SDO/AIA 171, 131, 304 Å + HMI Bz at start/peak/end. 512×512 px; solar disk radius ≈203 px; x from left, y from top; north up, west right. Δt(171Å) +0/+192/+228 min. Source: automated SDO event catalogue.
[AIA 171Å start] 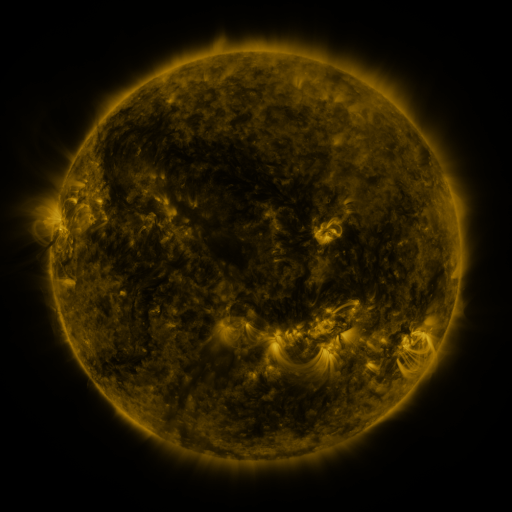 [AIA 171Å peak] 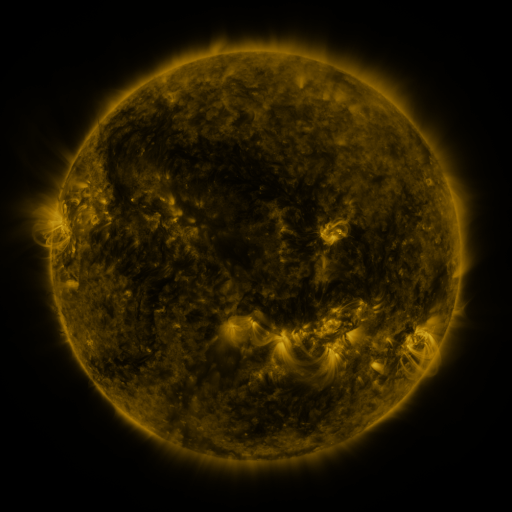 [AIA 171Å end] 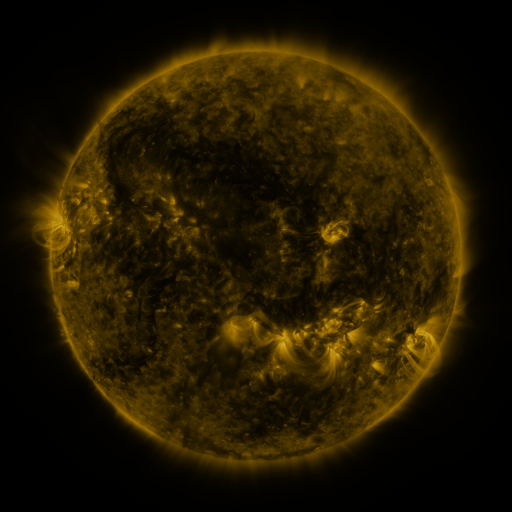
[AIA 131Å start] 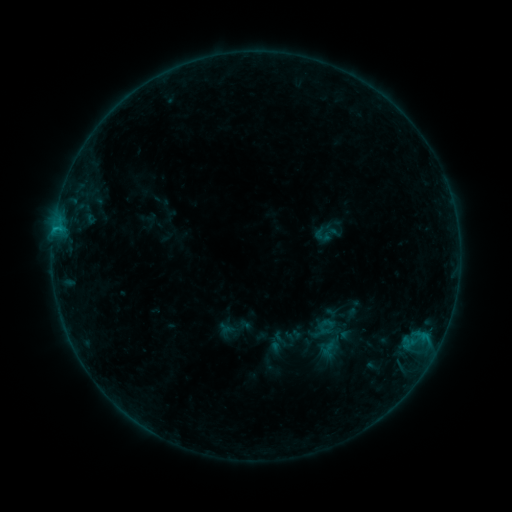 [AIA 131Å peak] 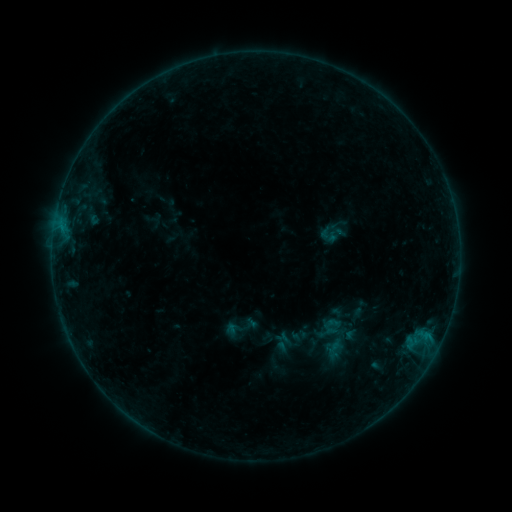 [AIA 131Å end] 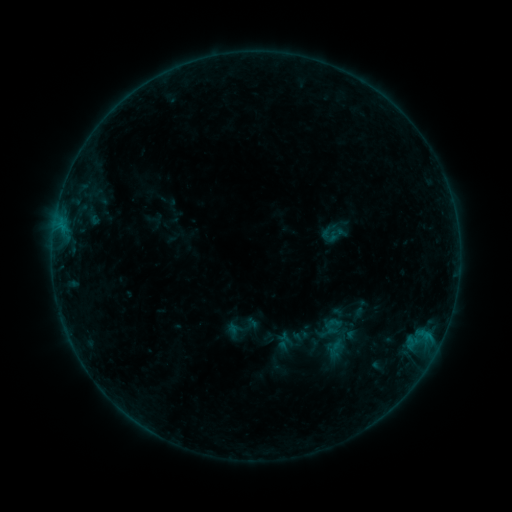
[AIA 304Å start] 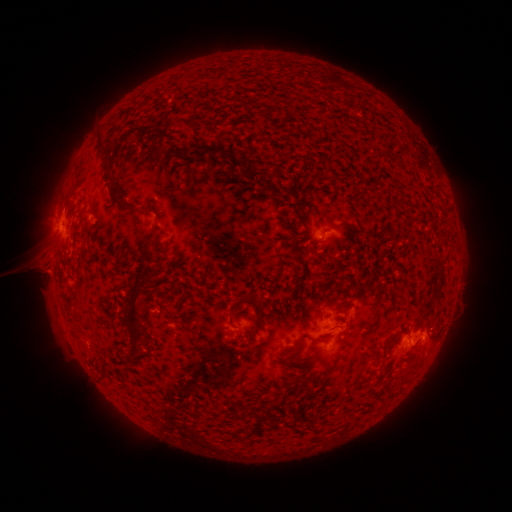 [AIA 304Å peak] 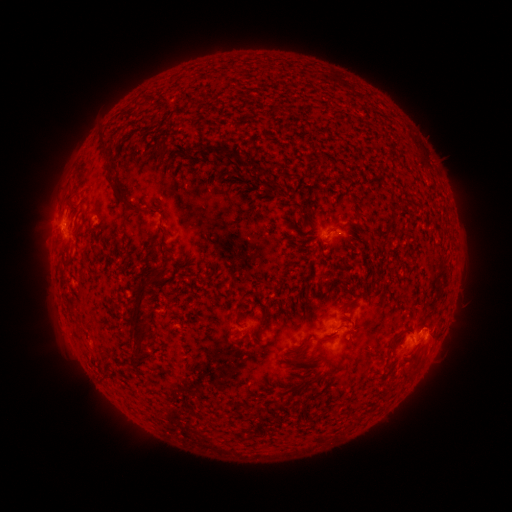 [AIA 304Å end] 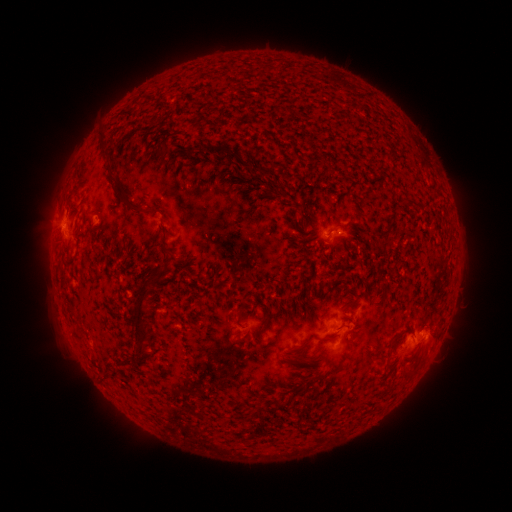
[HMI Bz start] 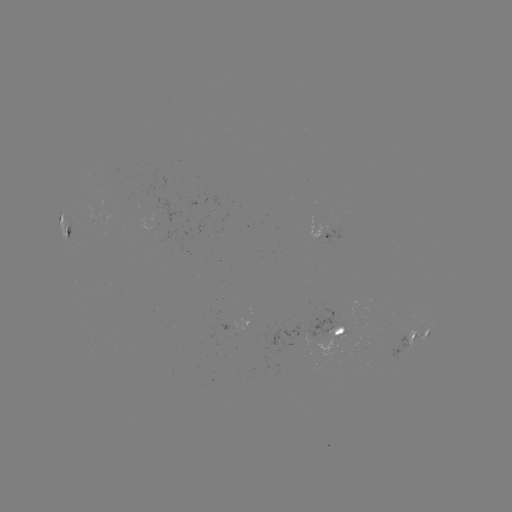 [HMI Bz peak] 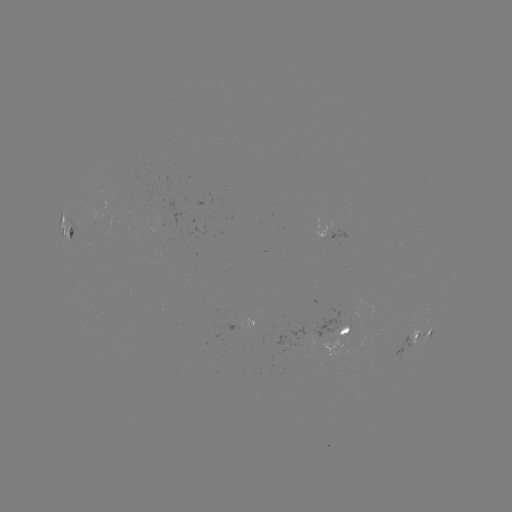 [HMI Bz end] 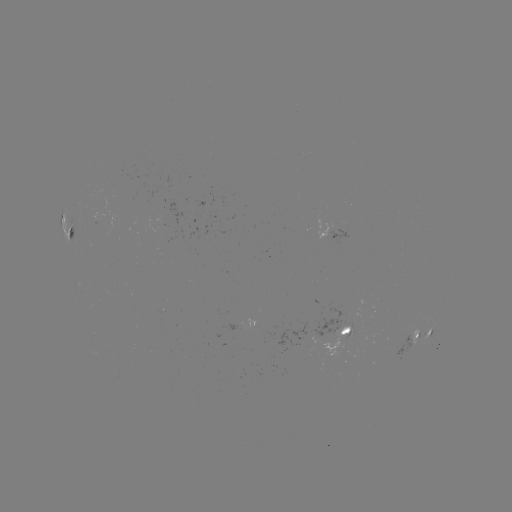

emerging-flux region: [327, 231, 348, 245]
